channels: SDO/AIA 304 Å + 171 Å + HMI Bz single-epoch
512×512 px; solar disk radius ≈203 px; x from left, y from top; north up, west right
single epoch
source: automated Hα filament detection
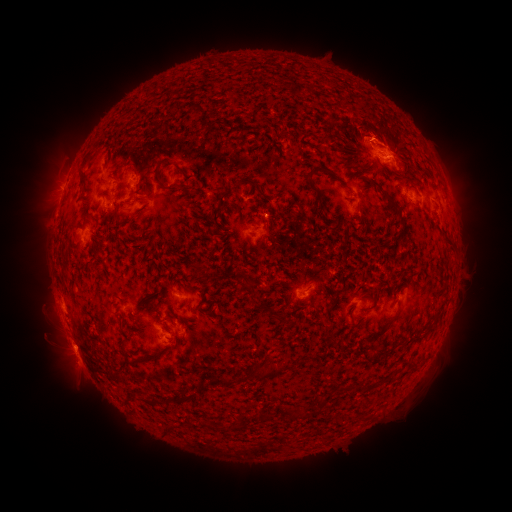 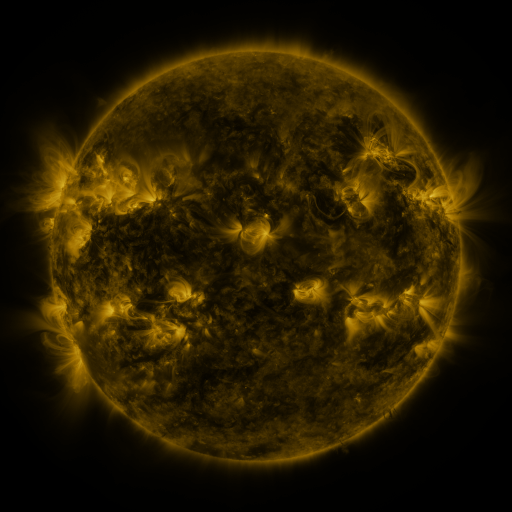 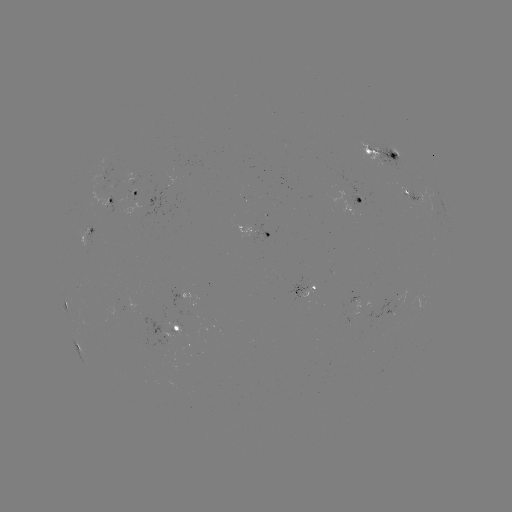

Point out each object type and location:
filament: <bbox>207, 120, 219, 130</bbox>
filament: <bbox>76, 153, 91, 188</bbox>
filament: <bbox>152, 163, 161, 185</bbox>
filament: <bbox>304, 163, 329, 200</bbox>
filament: <bbox>173, 166, 185, 177</bbox>
filament: <bbox>164, 185, 179, 193</bbox>
filament: <bbox>380, 188, 401, 214</bbox>
filament: <bbox>442, 232, 453, 245</bbox>
filament: <bbox>245, 235, 252, 245</bbox>
filament: <bbox>196, 263, 206, 281</bbox>
filament: <bbox>287, 291, 295, 302</bbox>
filament: <bbox>374, 292, 381, 302</bbox>
filament: <bbox>262, 302, 289, 324</bbox>
filament: <bbox>393, 305, 401, 317</bbox>
filament: <bbox>323, 315, 330, 325</bbox>
filament: <bbox>370, 326, 388, 339</bbox>
filament: <bbox>361, 349, 372, 362</bbox>
filament: <bbox>253, 363, 281, 380</bbox>
filament: <bbox>210, 373, 246, 388</bbox>
filament: <bbox>183, 392, 198, 402</bbox>
filament: <bbox>319, 395, 328, 405</bbox>
filament: <bbox>152, 397, 163, 406</bbox>
filament: <bbox>259, 407, 270, 421</bbox>
filament: <bbox>288, 409, 302, 418</bbox>
filament: <bbox>164, 424, 175, 433</bbox>
